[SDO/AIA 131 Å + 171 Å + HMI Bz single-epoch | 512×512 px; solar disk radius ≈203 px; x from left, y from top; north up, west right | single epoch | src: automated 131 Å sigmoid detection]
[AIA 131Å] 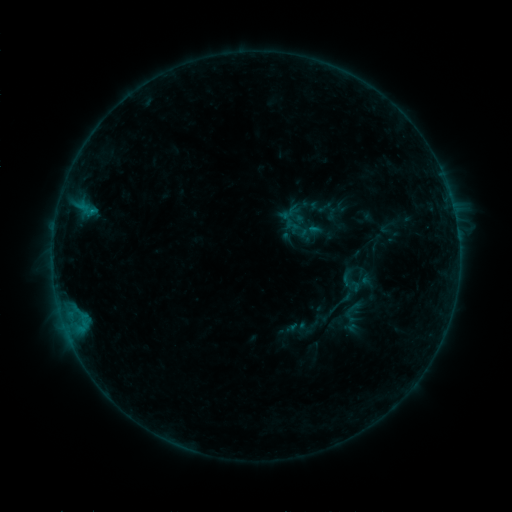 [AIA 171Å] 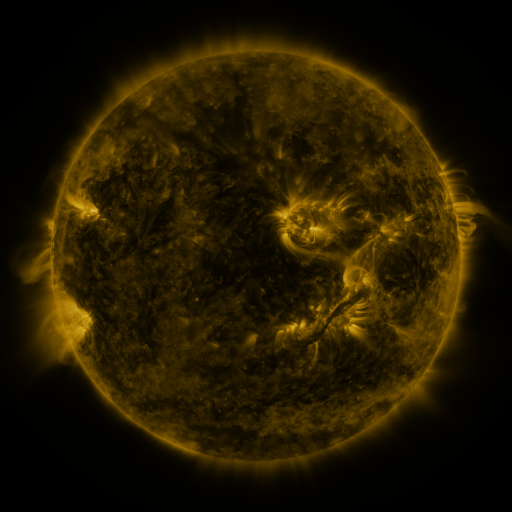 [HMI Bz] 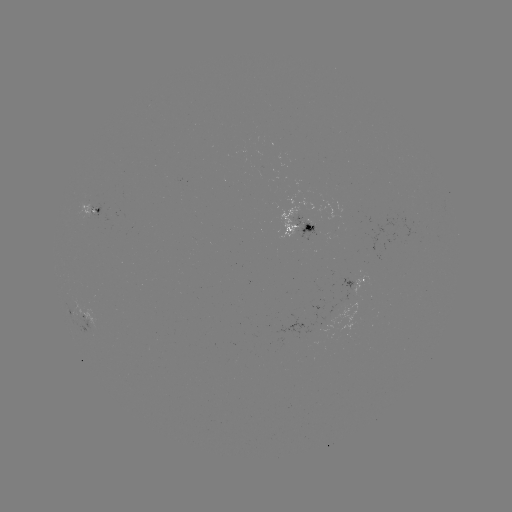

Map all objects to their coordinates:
sigmoid: [337, 259, 375, 301]
